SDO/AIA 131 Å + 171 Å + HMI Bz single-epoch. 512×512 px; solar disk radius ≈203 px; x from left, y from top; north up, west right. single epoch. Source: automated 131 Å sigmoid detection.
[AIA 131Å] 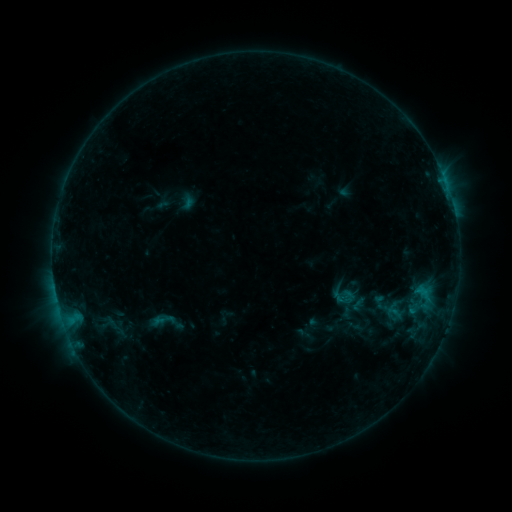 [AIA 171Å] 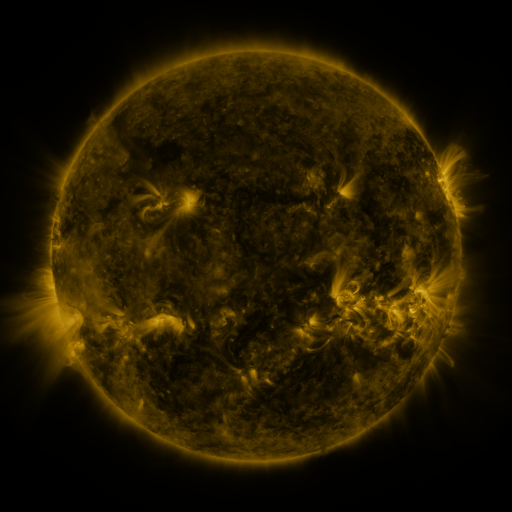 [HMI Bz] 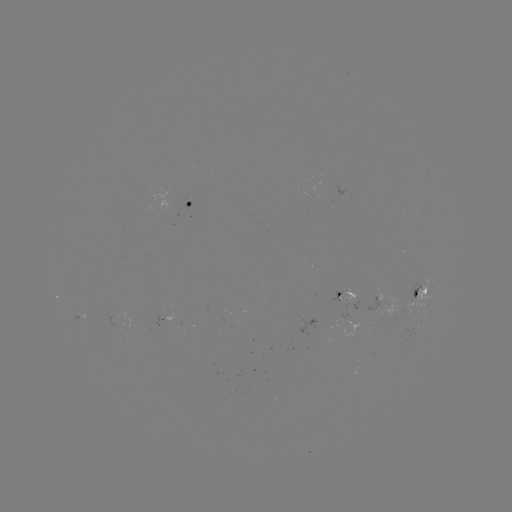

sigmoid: [332, 288, 352, 308]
